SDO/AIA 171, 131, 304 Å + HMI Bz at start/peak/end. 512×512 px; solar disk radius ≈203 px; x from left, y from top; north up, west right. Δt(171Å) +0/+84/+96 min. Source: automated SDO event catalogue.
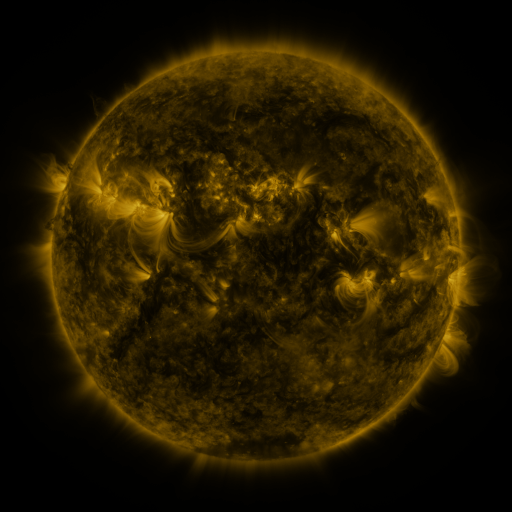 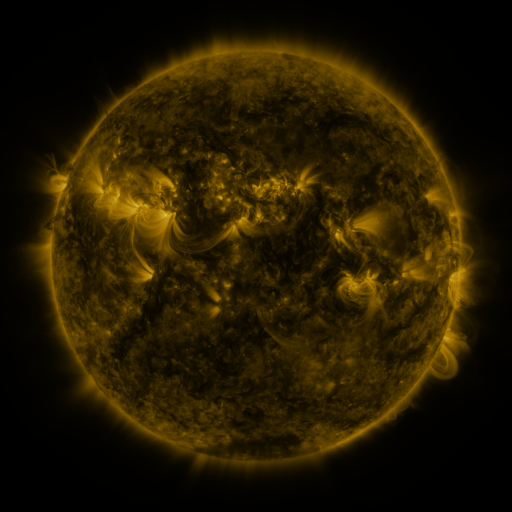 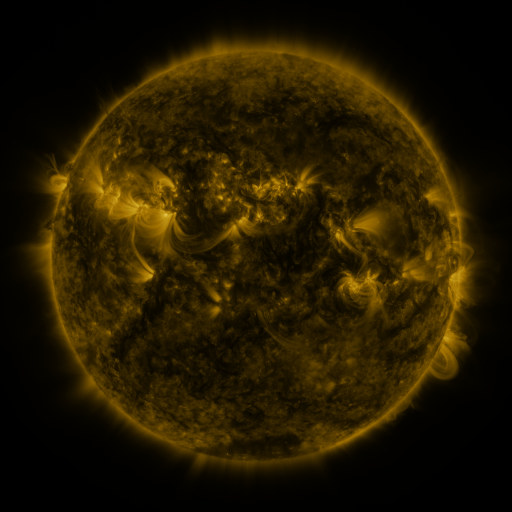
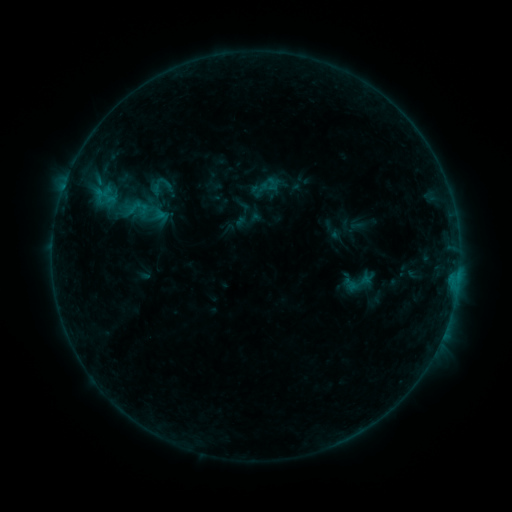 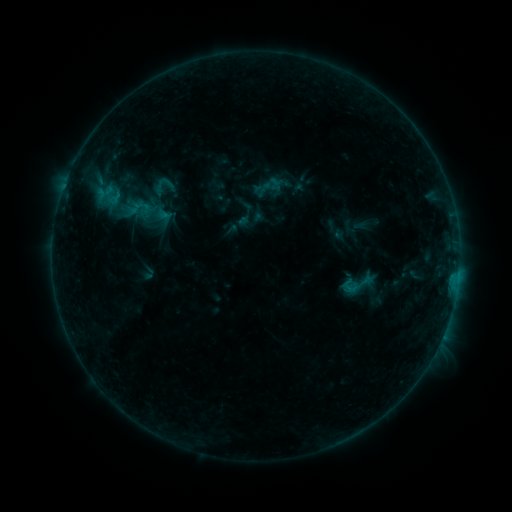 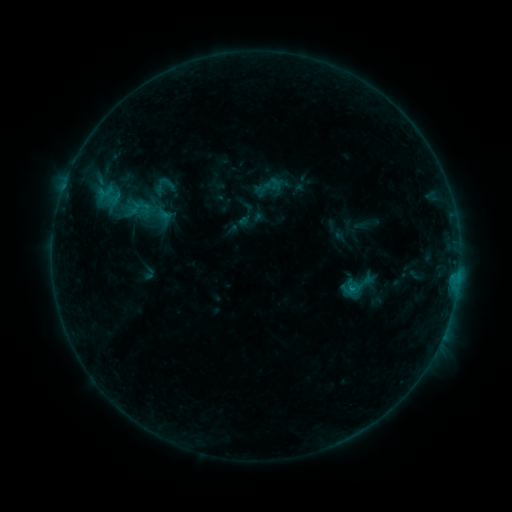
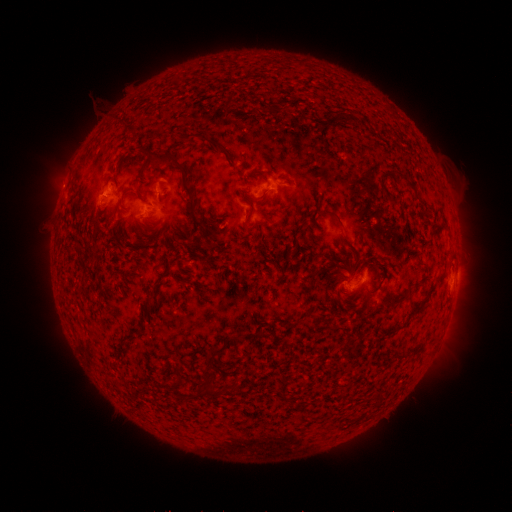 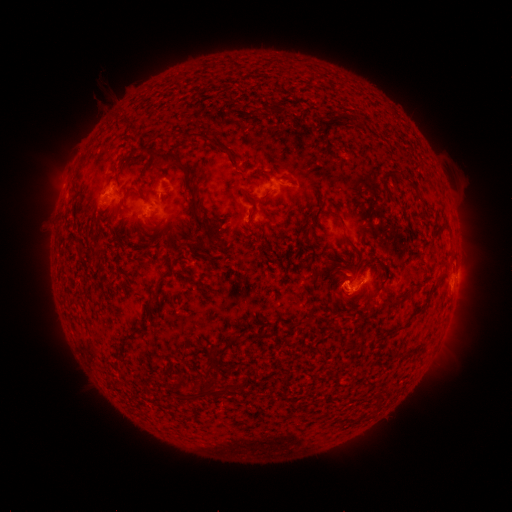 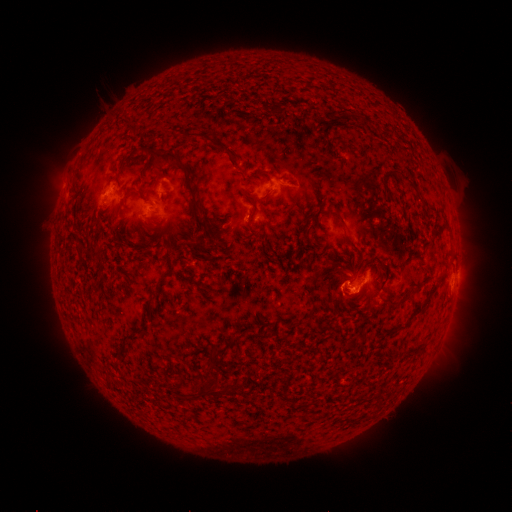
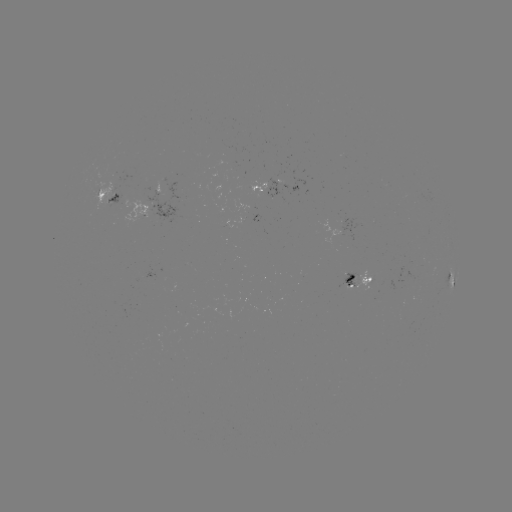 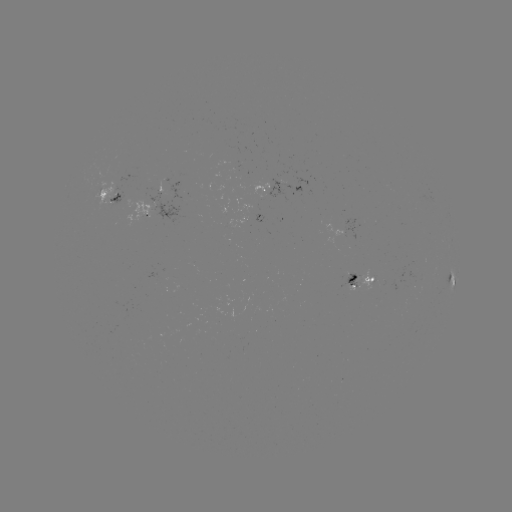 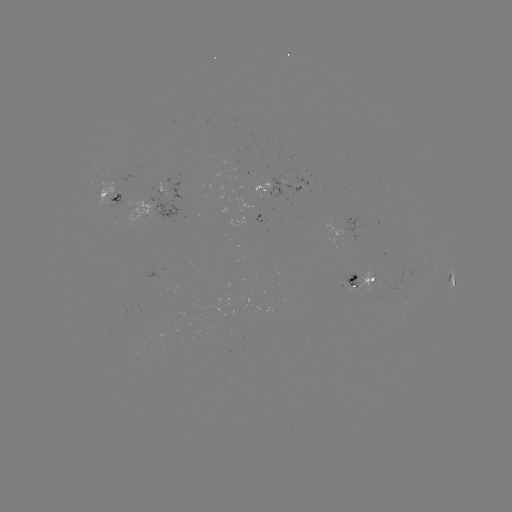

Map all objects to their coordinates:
emerging-flux region: (355, 280)
